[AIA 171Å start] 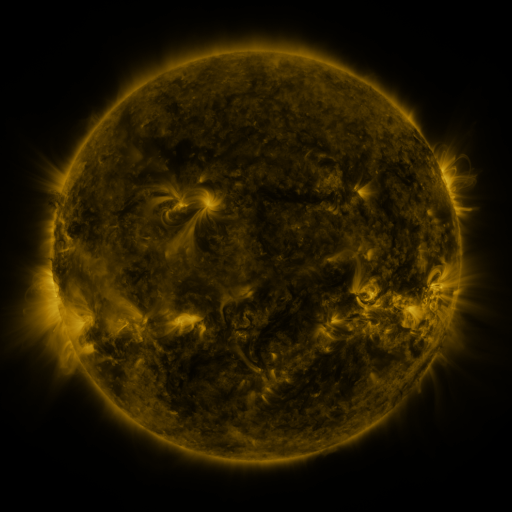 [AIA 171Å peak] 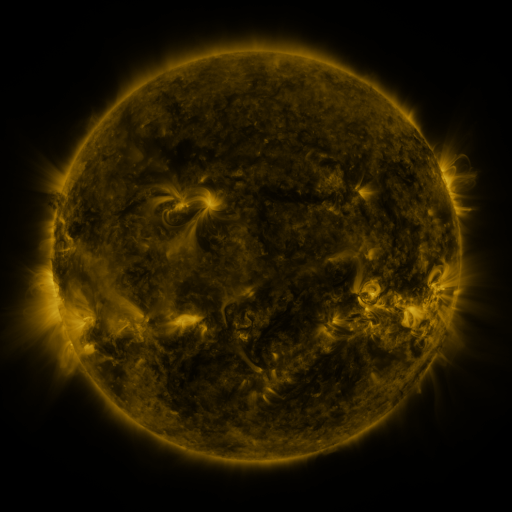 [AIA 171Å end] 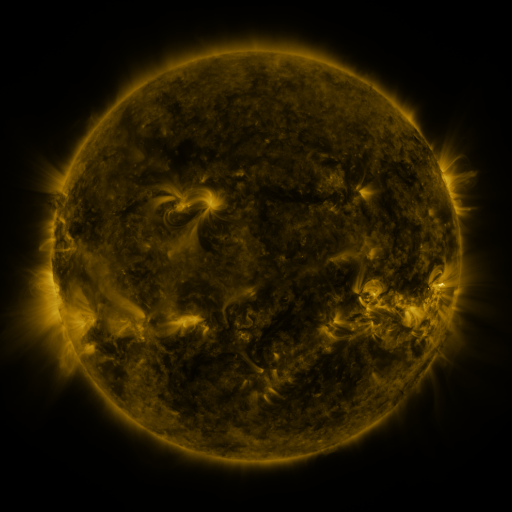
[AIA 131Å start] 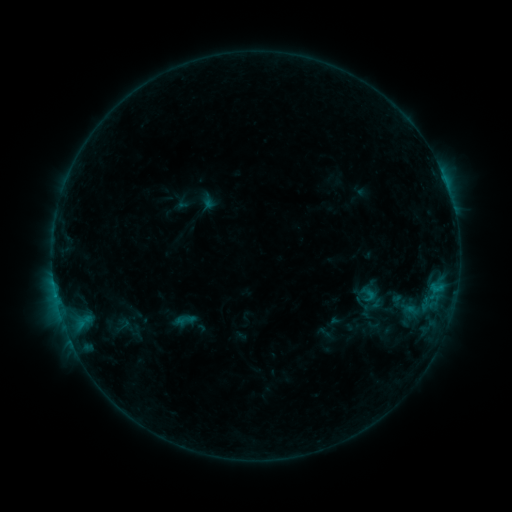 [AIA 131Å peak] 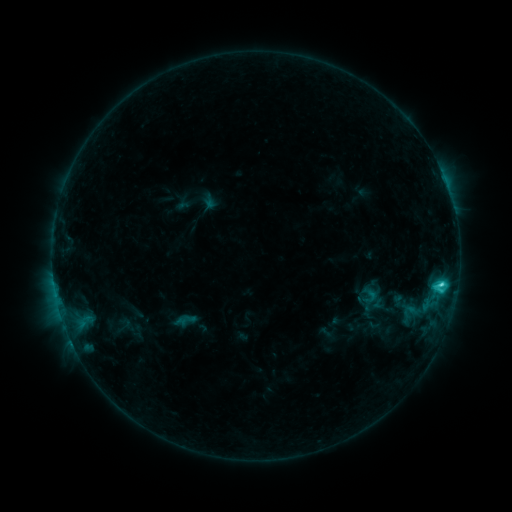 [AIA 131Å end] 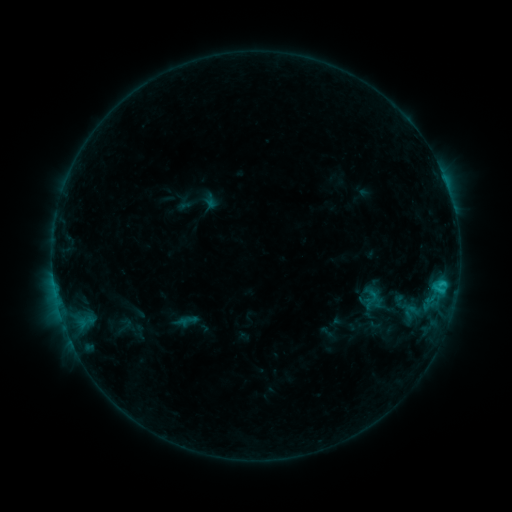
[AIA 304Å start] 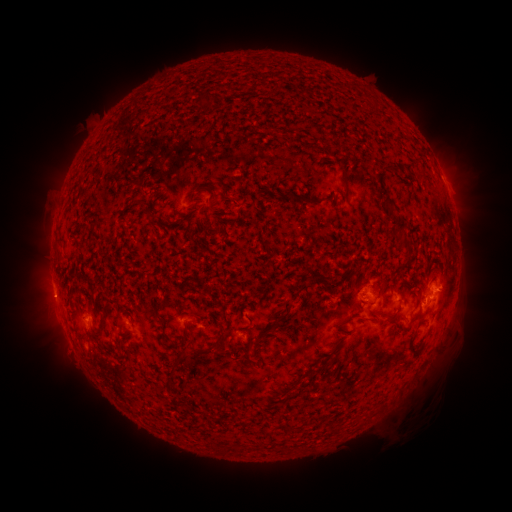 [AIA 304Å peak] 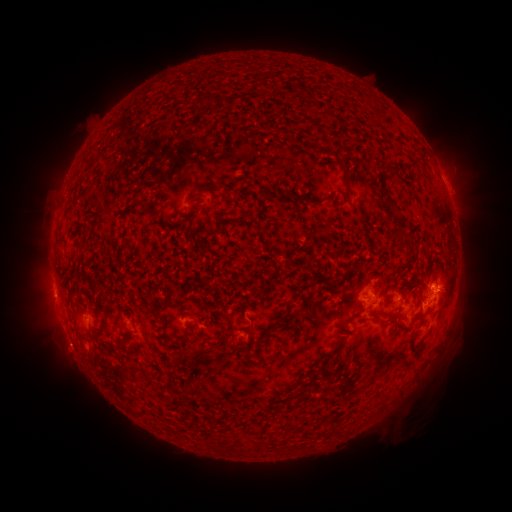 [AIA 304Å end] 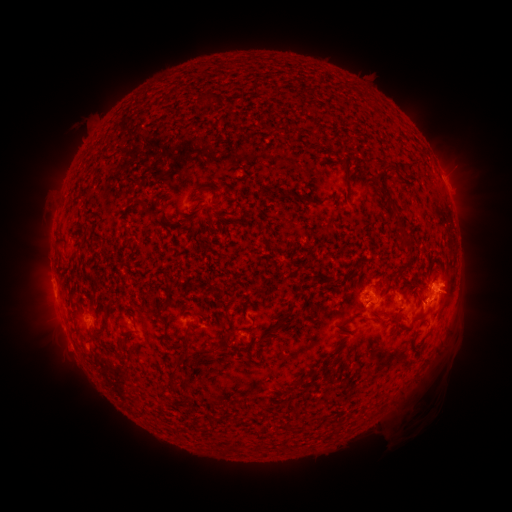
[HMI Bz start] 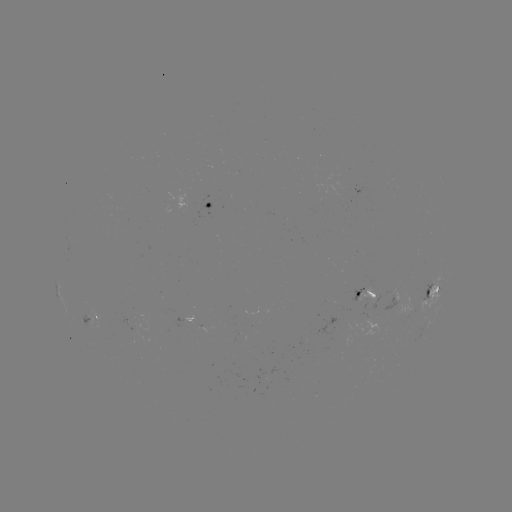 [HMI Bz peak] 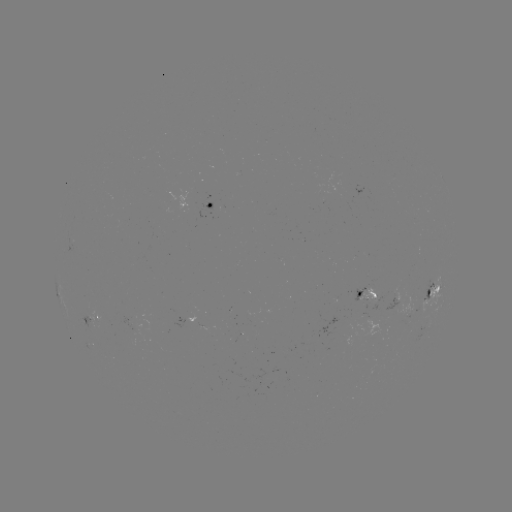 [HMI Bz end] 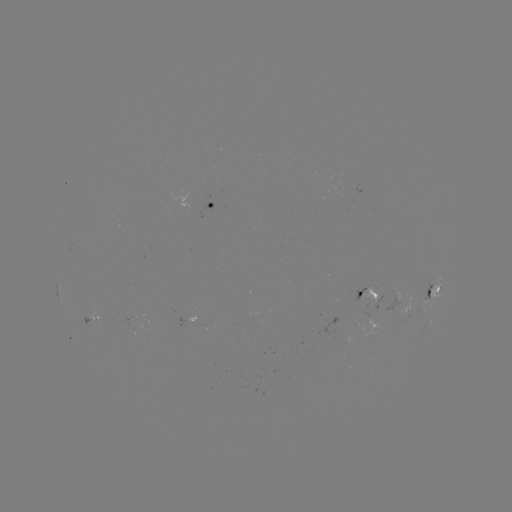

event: flare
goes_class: C2.3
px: (441, 281)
